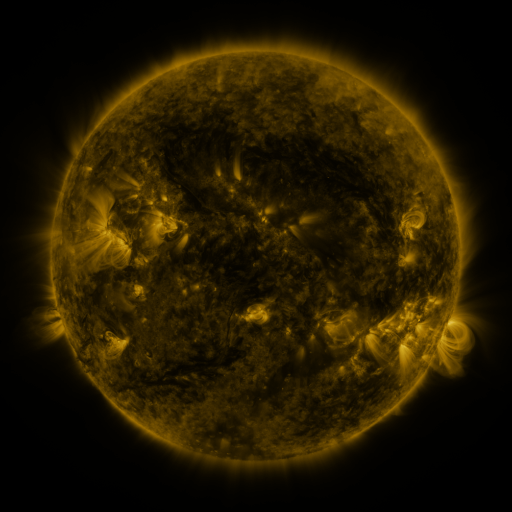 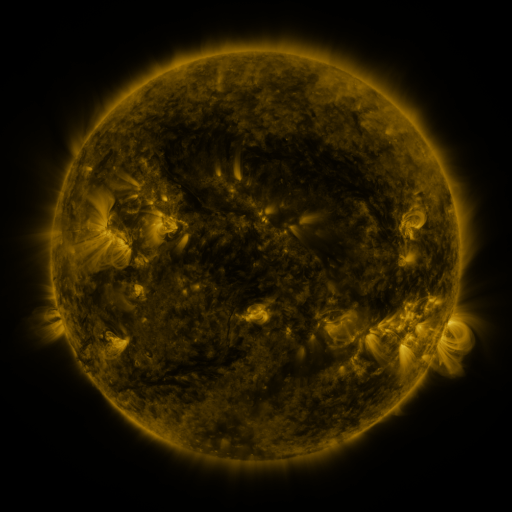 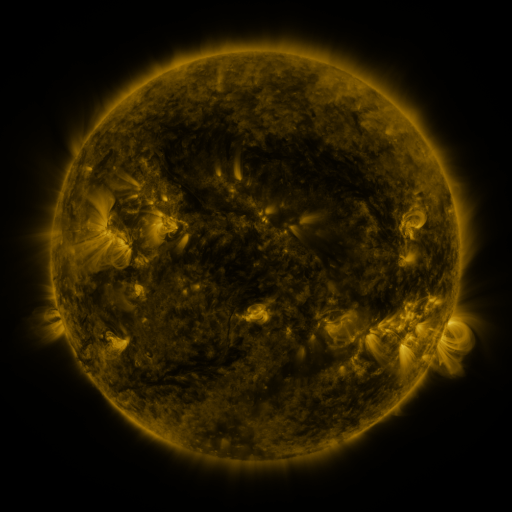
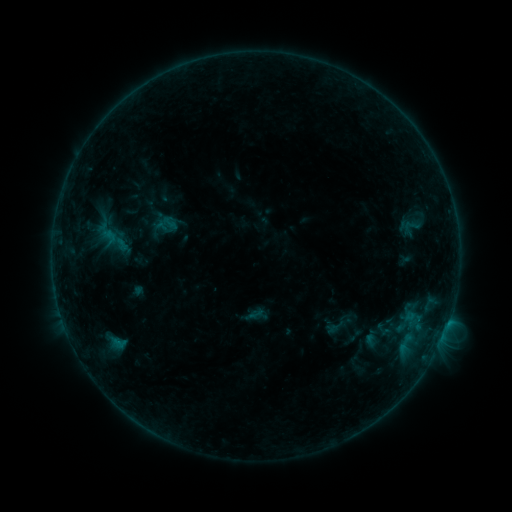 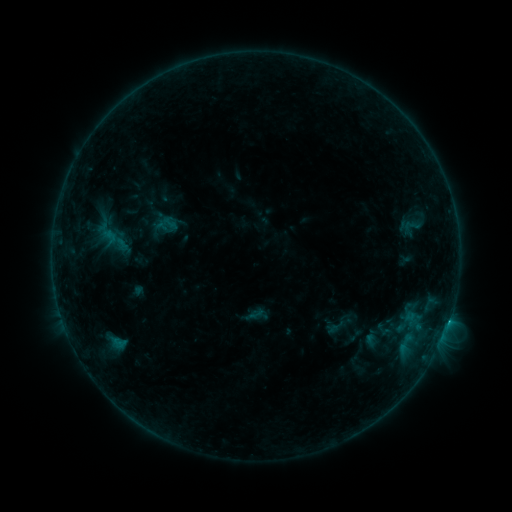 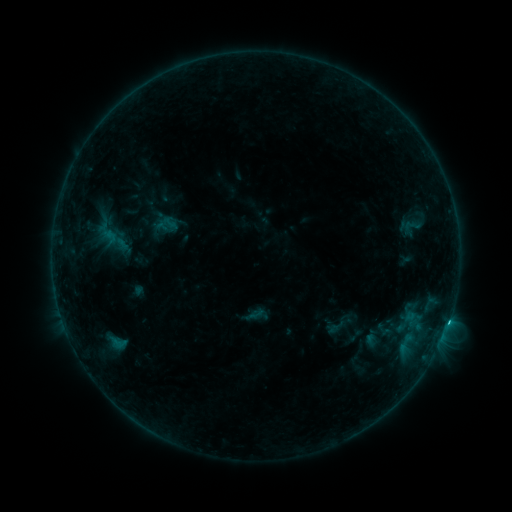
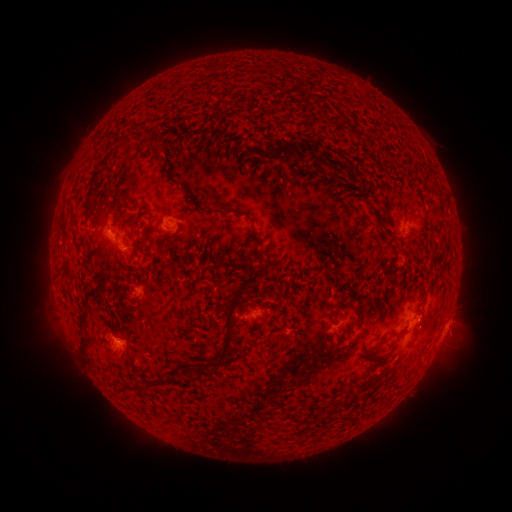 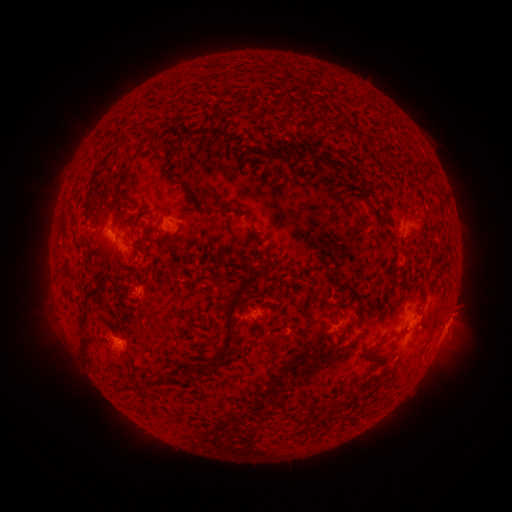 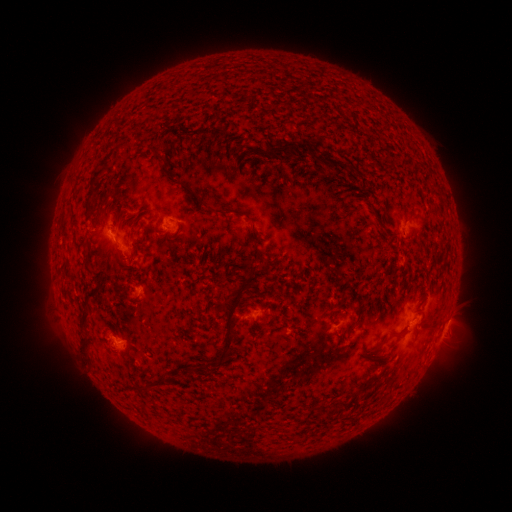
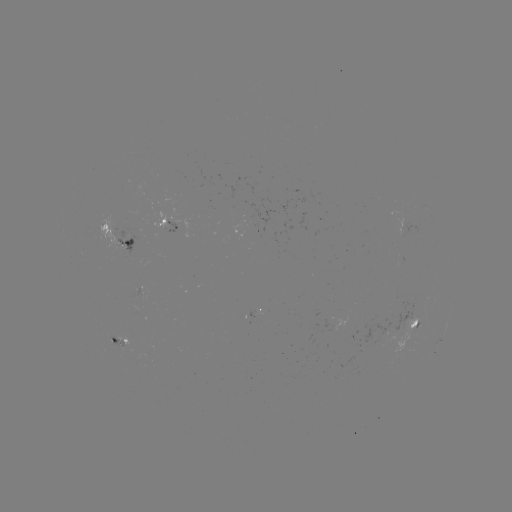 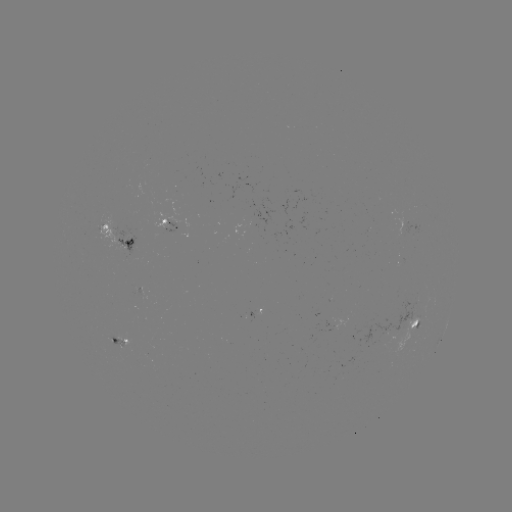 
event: flare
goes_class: C1.8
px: (117, 338)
